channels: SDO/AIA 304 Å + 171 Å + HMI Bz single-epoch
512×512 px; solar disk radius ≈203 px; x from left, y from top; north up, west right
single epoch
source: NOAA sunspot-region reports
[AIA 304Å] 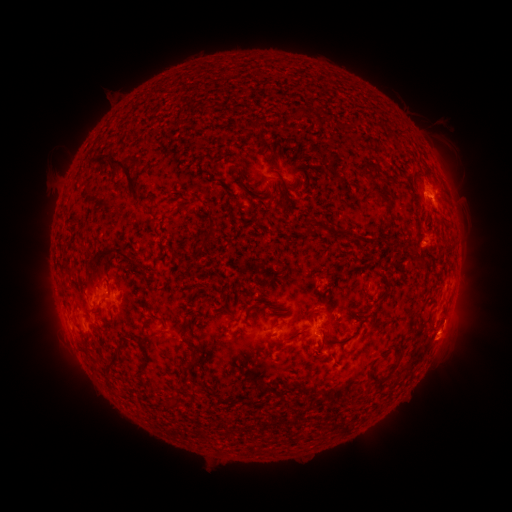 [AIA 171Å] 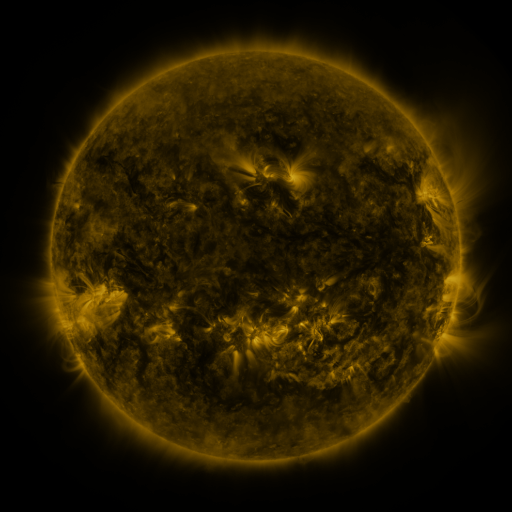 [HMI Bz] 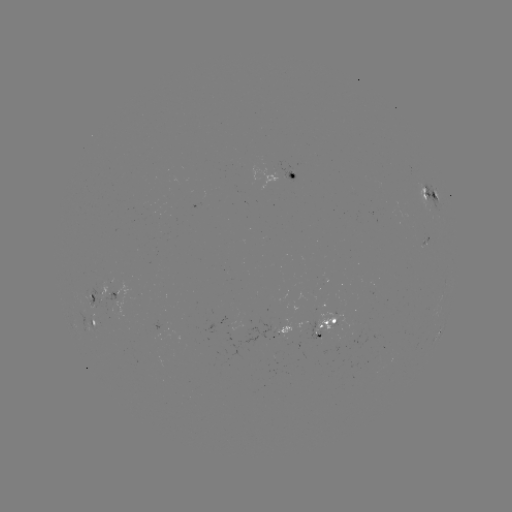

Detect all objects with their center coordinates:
spotted active region: (294, 177)
spotted active region: (427, 198)
spotted active region: (102, 294)
spotted active region: (96, 324)
spotted active region: (328, 326)
spotted active region: (282, 333)
